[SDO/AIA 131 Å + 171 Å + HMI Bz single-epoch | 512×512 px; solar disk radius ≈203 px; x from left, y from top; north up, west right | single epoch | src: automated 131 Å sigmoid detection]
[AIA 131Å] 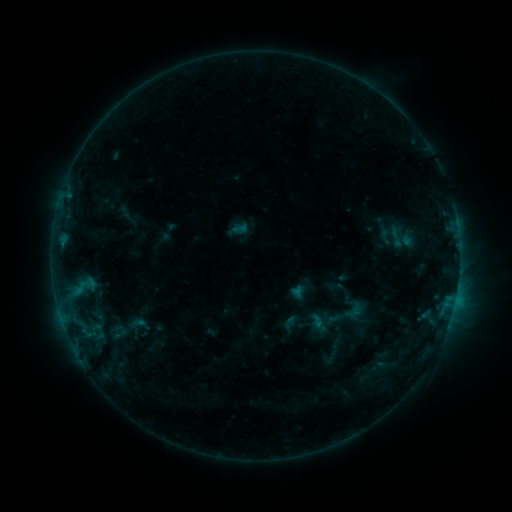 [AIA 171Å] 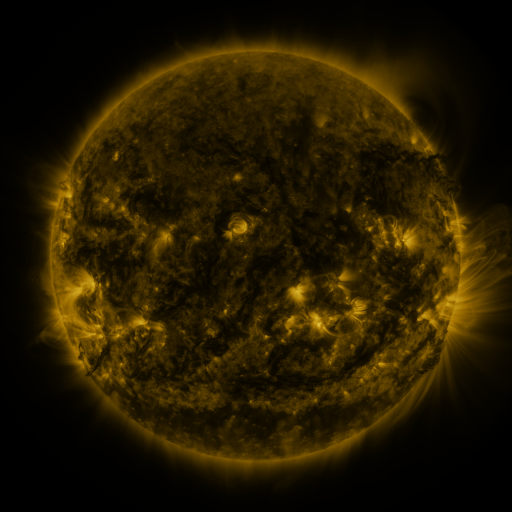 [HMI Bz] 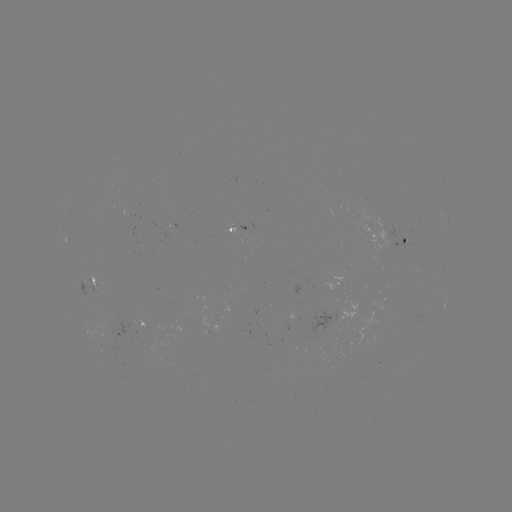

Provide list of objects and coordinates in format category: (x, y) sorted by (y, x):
sigmoid: (349, 314)
sigmoid: (119, 334)
